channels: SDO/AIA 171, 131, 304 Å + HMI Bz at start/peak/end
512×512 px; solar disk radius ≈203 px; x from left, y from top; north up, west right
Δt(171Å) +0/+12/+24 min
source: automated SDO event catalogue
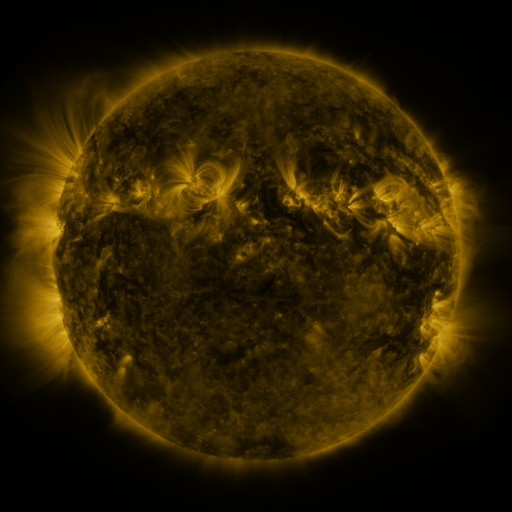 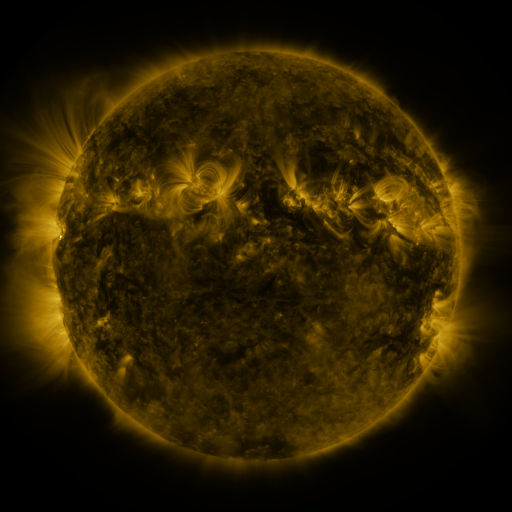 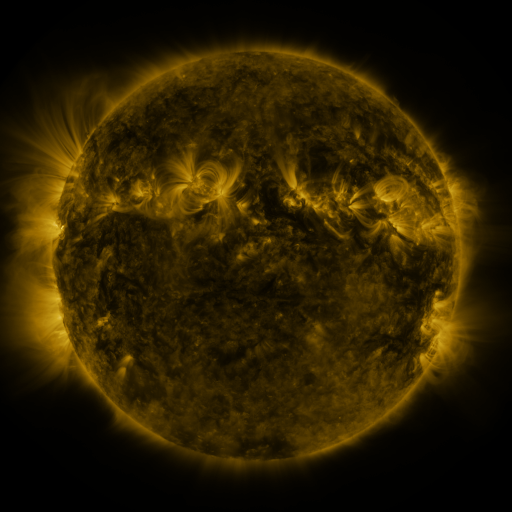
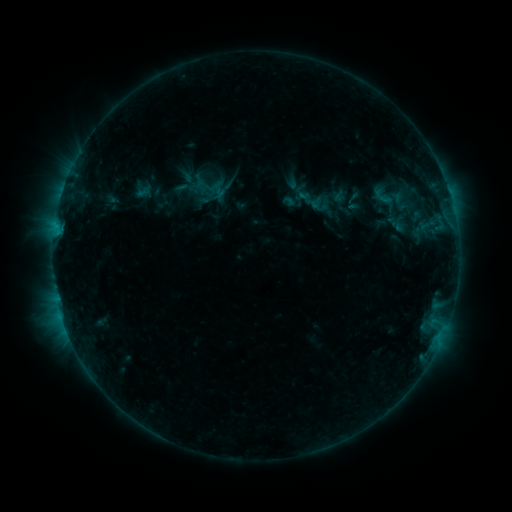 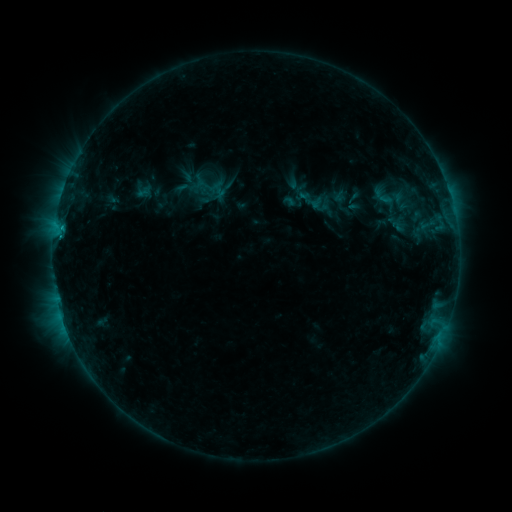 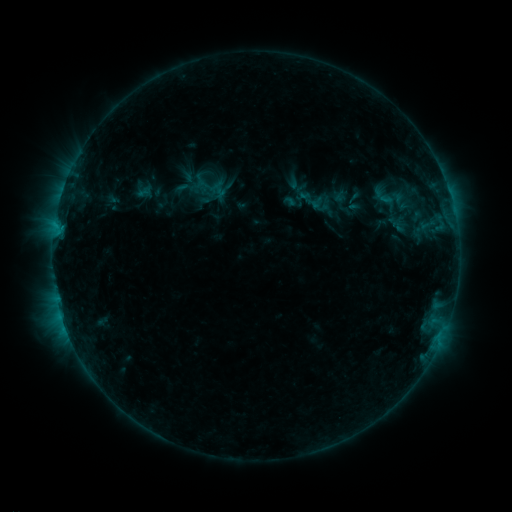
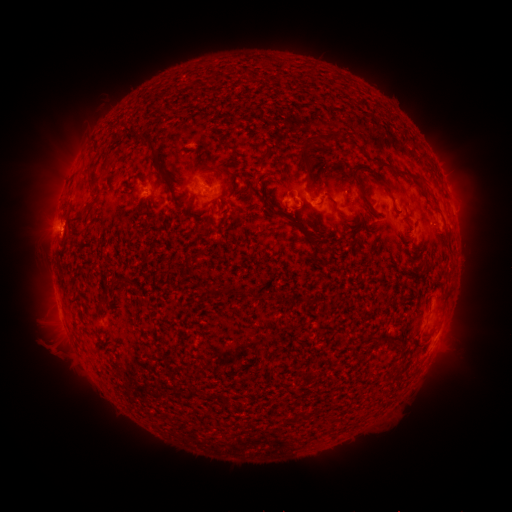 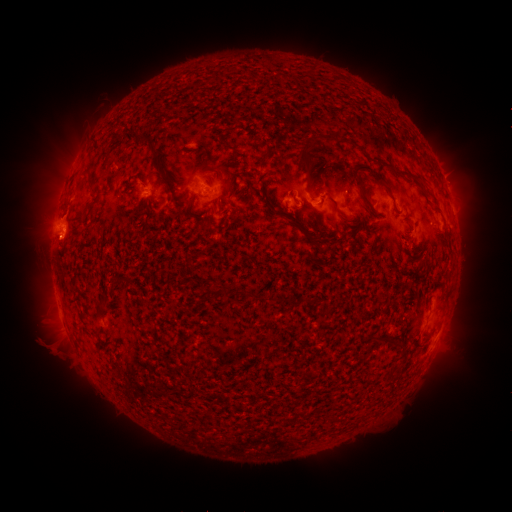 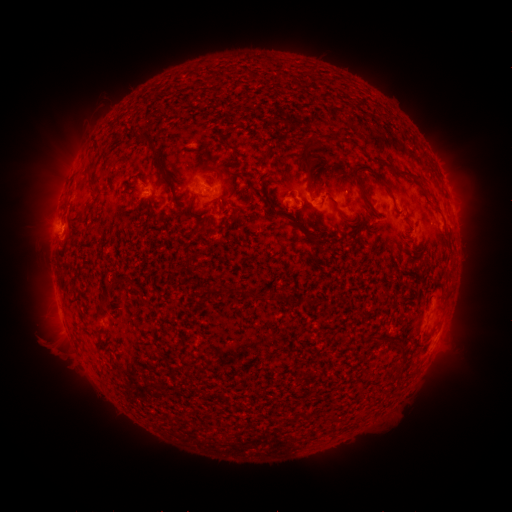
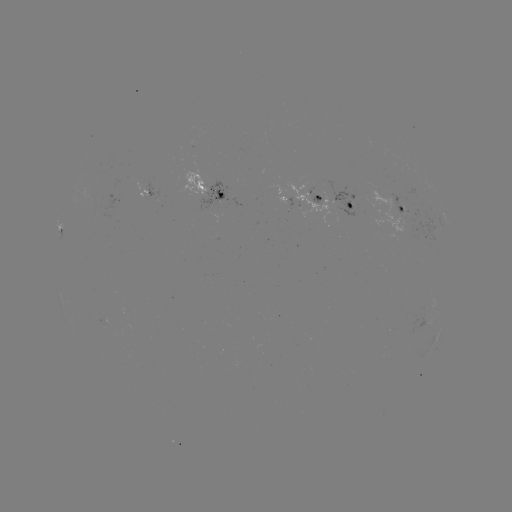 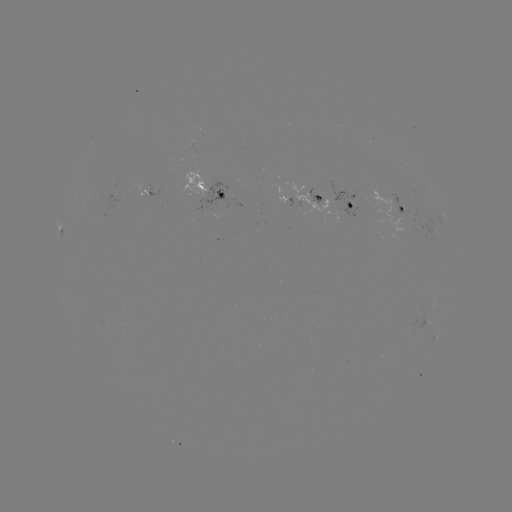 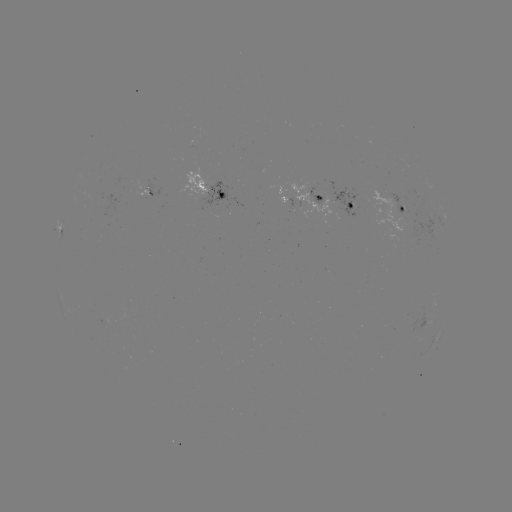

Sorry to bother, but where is eruption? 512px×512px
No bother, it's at (60, 233).